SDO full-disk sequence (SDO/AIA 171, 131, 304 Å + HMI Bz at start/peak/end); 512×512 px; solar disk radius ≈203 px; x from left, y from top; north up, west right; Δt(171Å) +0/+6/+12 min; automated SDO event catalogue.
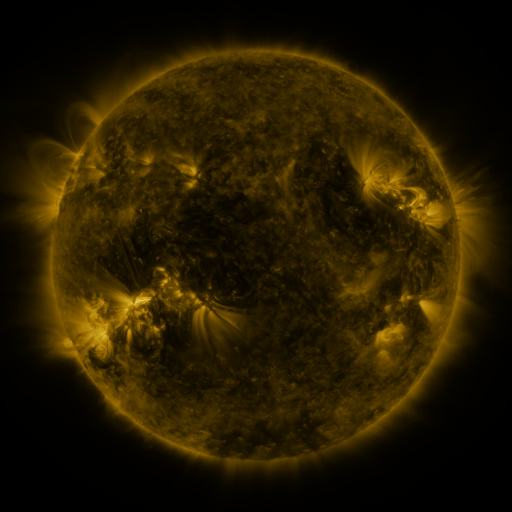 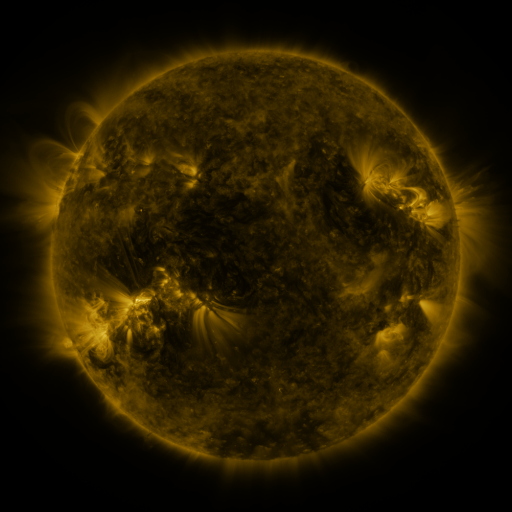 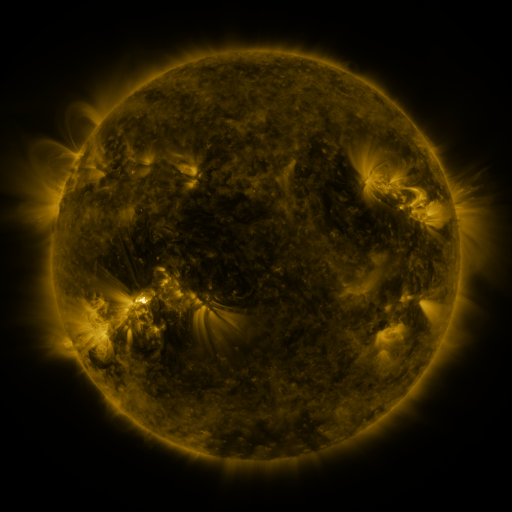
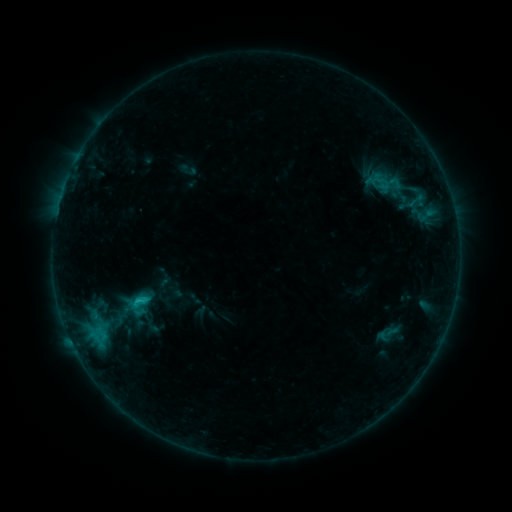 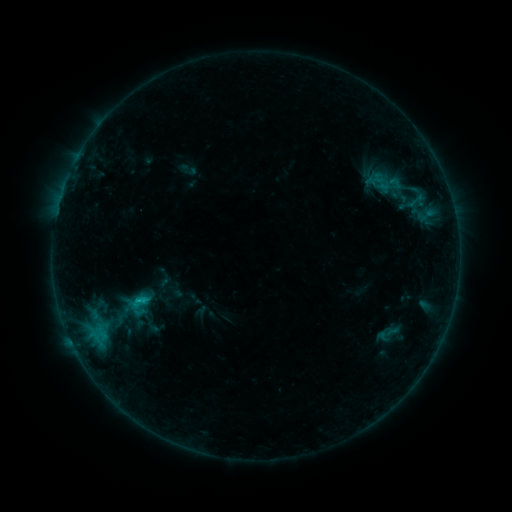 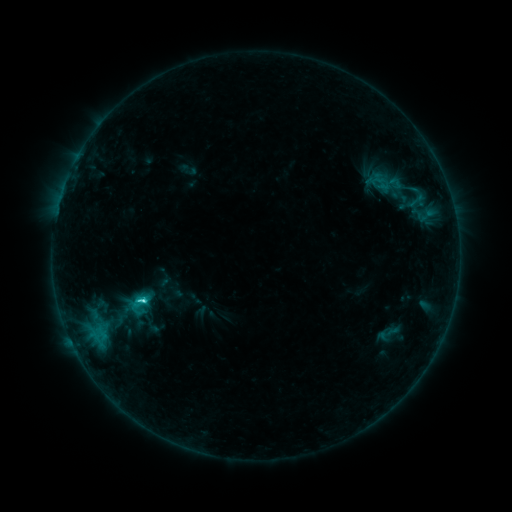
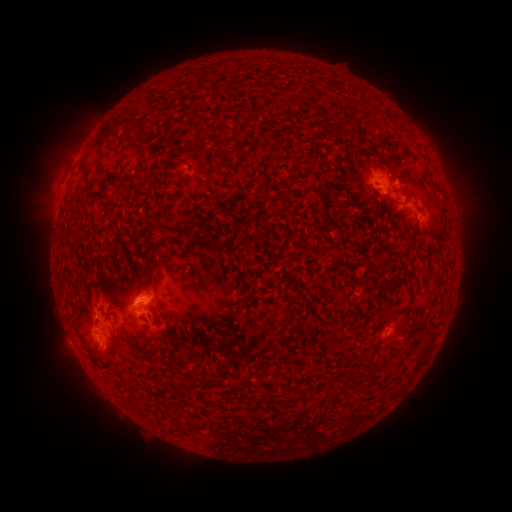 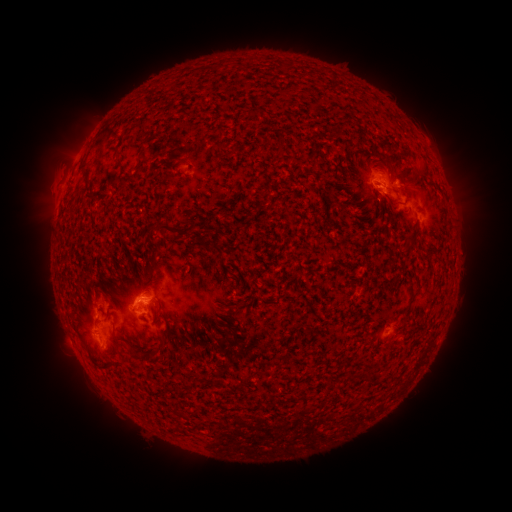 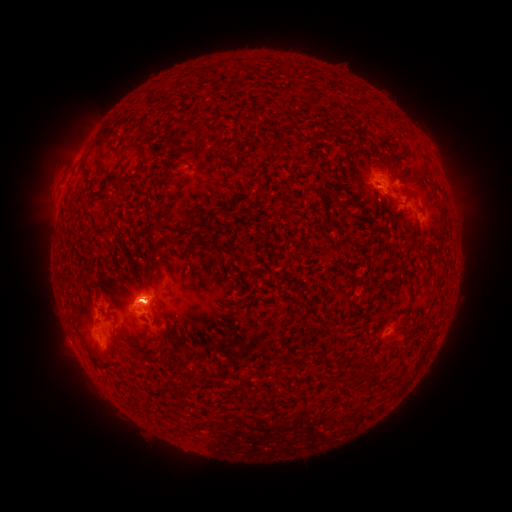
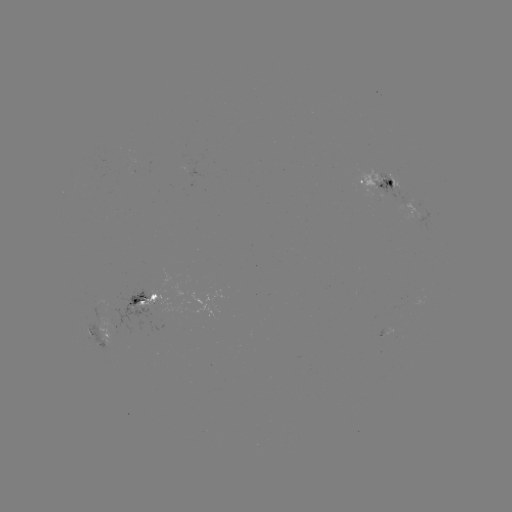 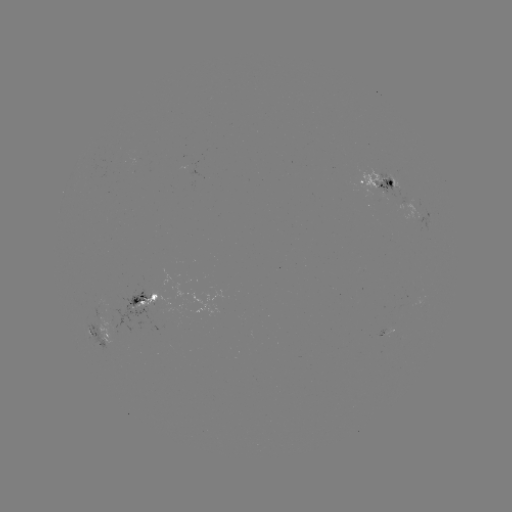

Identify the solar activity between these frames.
C3.0 flare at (140, 298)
